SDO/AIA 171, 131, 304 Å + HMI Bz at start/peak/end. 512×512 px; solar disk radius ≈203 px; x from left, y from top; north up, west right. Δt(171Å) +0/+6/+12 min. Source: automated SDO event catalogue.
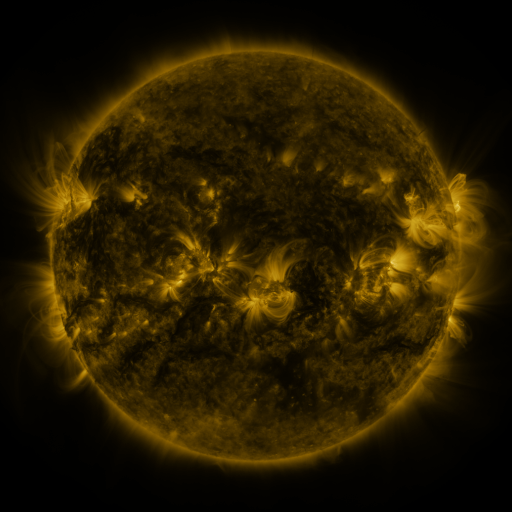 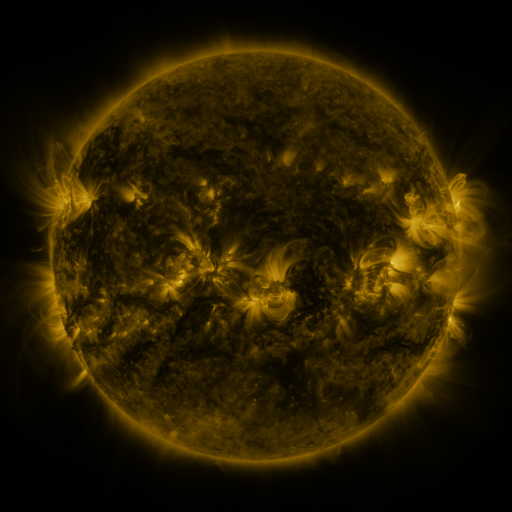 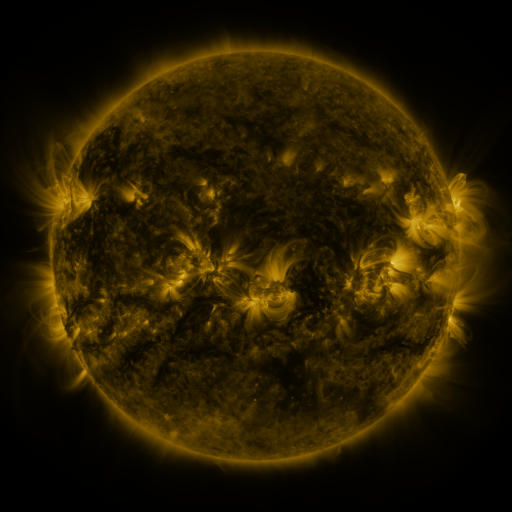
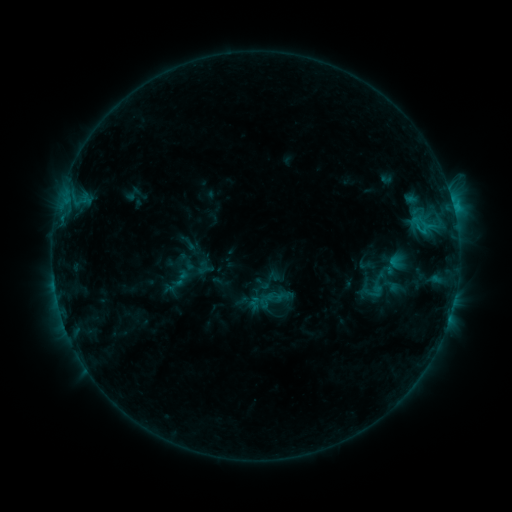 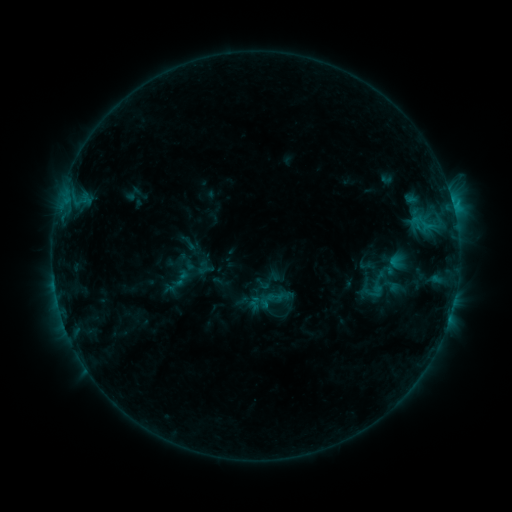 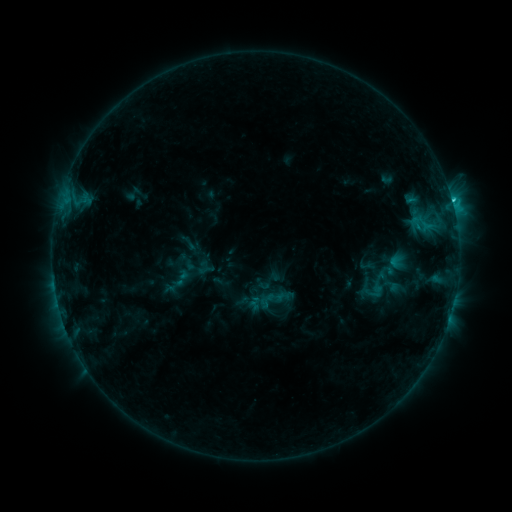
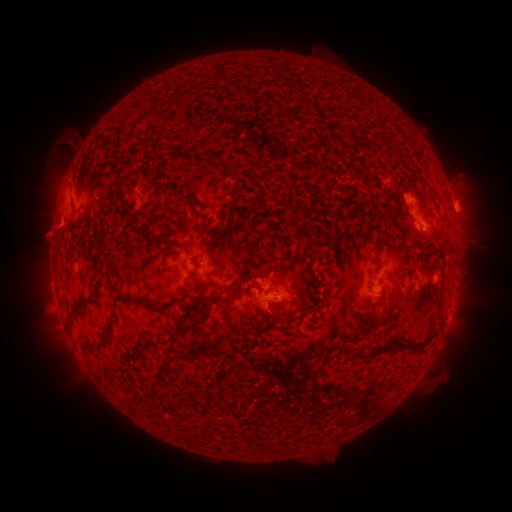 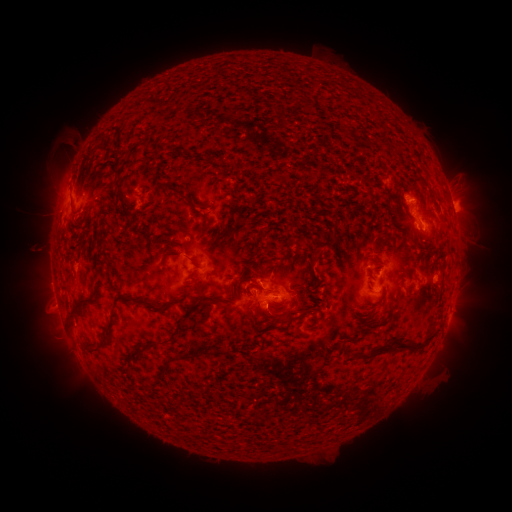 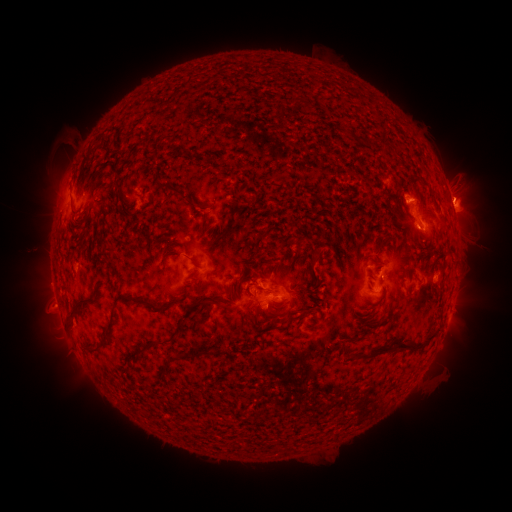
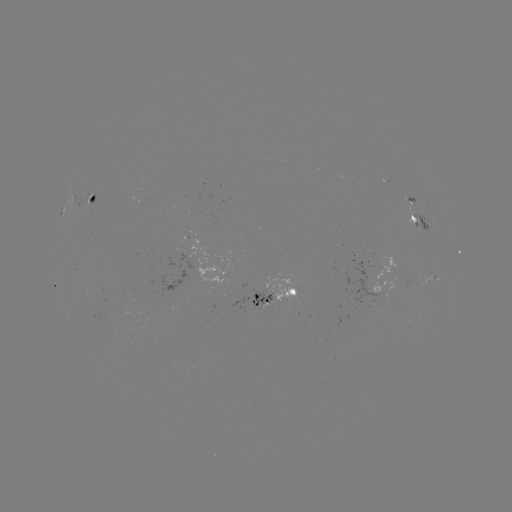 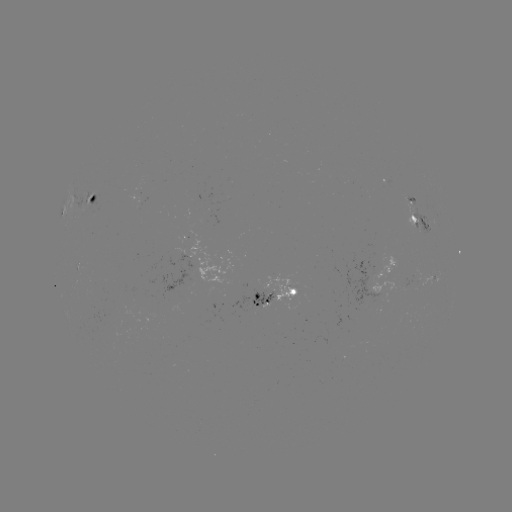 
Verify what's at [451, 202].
C2.4 flare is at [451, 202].